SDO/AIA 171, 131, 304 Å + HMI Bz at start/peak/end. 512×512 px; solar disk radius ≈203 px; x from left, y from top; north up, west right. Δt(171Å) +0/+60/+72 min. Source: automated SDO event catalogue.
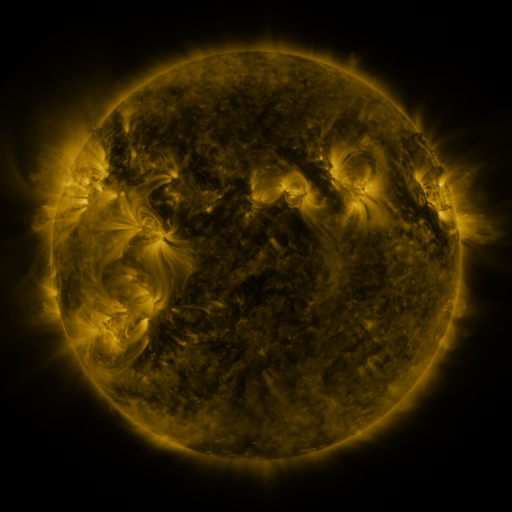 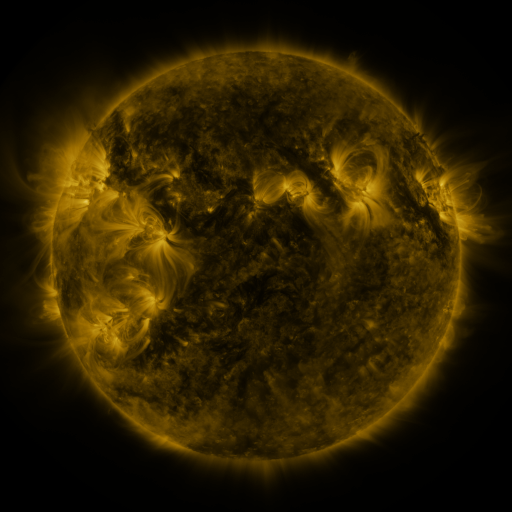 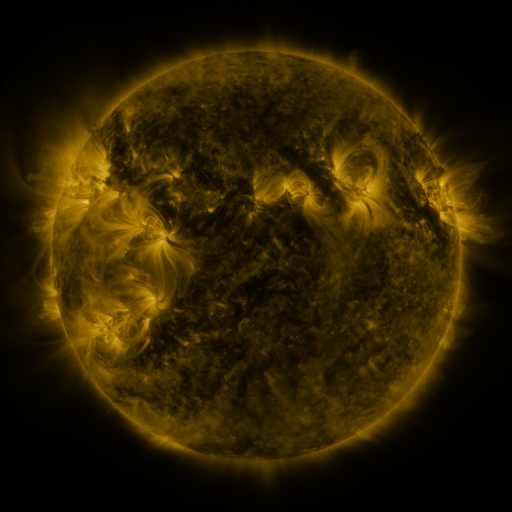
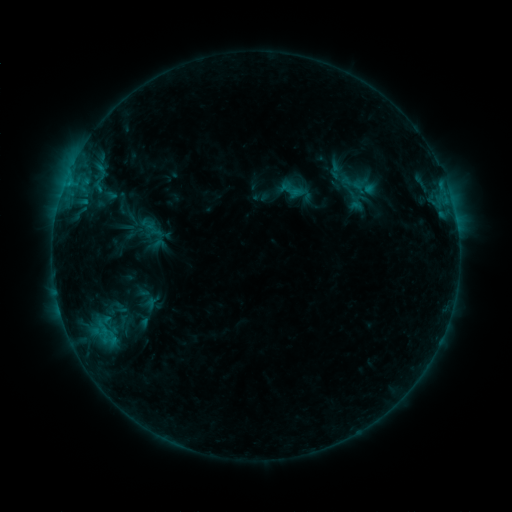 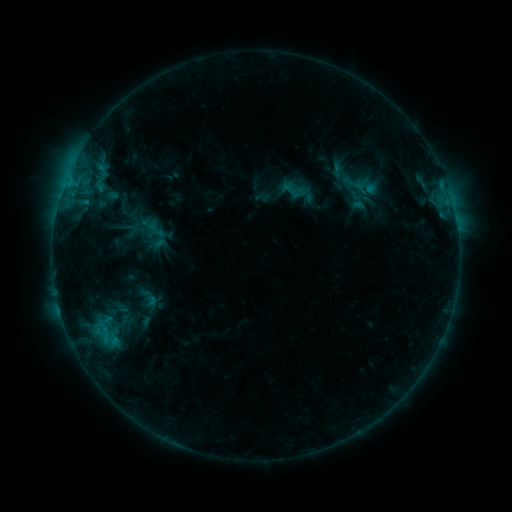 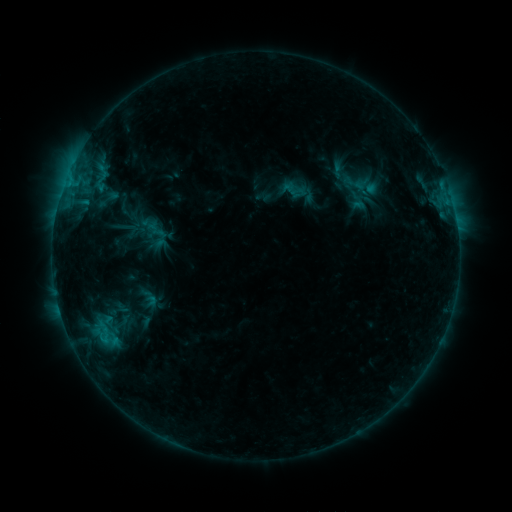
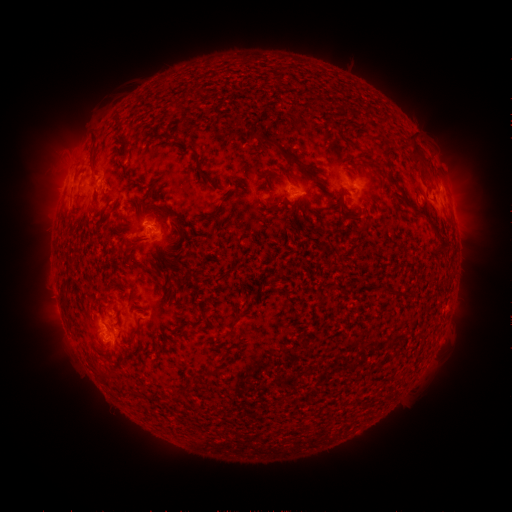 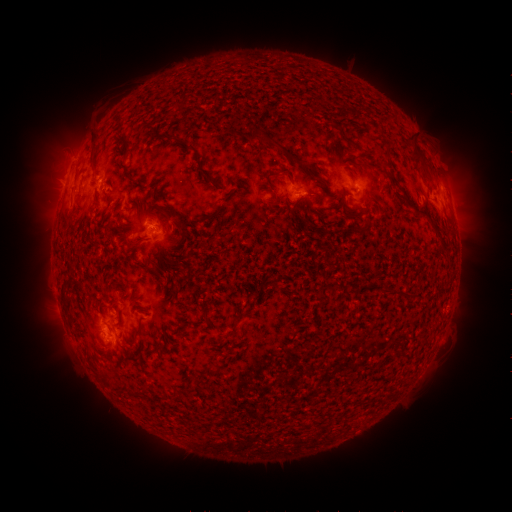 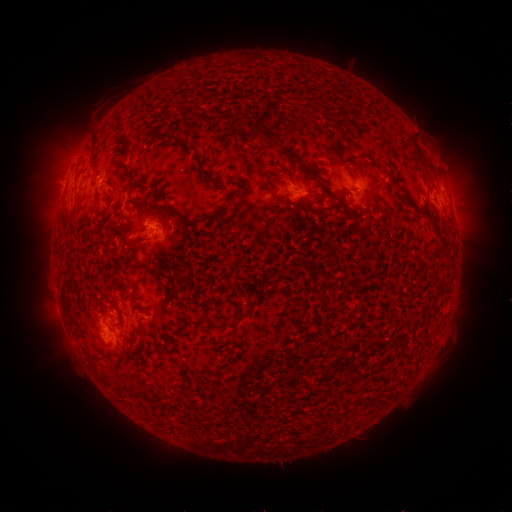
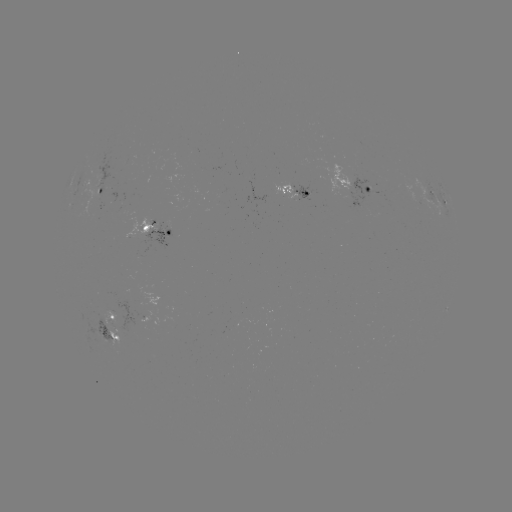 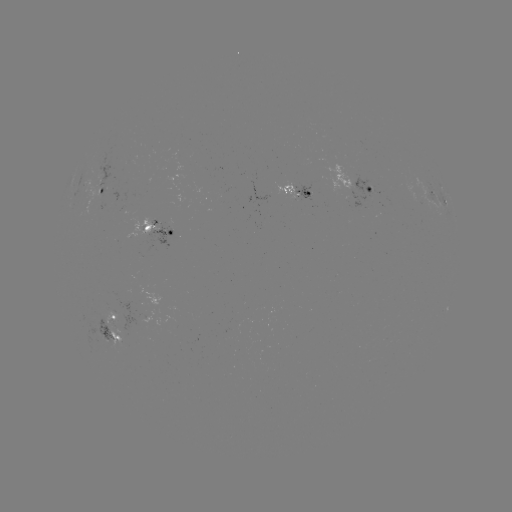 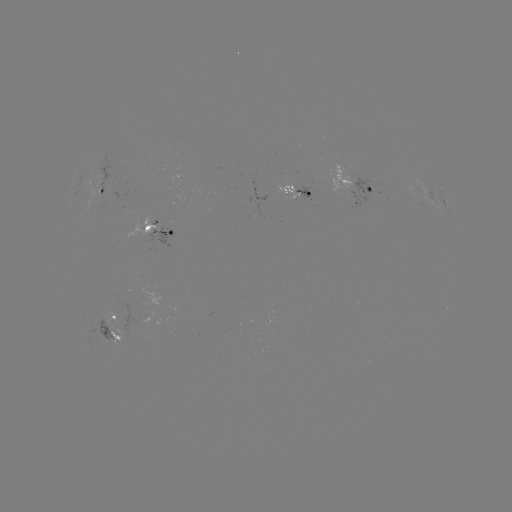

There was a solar emerging-flux region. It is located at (367, 189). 